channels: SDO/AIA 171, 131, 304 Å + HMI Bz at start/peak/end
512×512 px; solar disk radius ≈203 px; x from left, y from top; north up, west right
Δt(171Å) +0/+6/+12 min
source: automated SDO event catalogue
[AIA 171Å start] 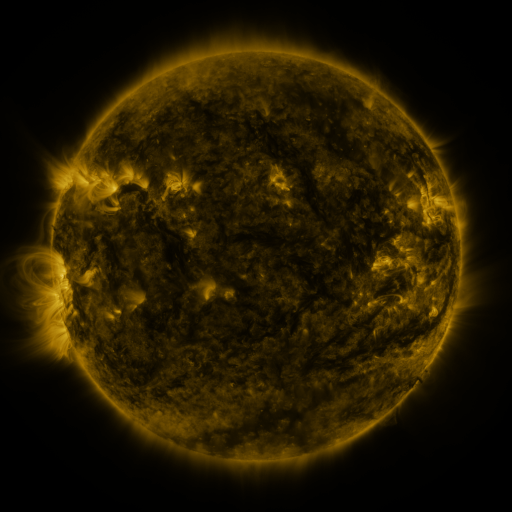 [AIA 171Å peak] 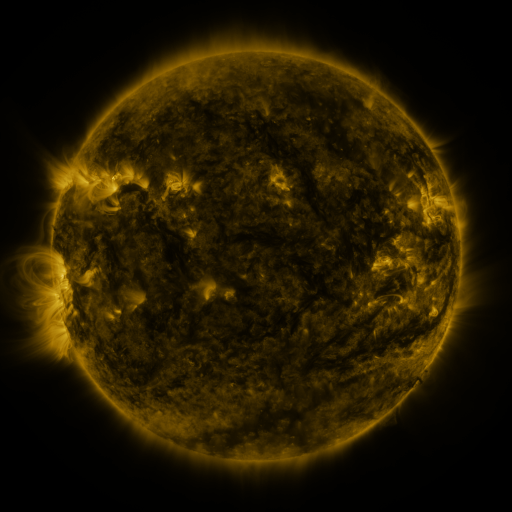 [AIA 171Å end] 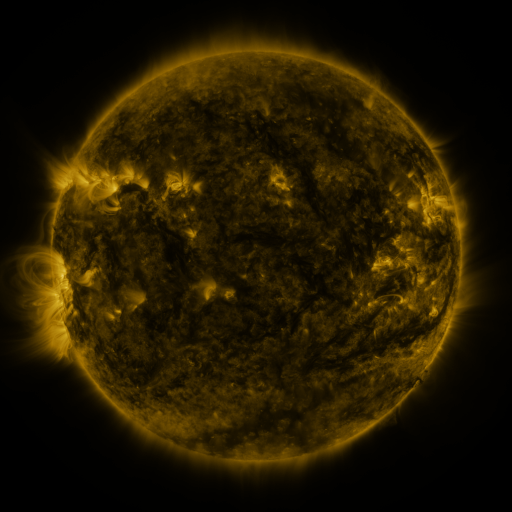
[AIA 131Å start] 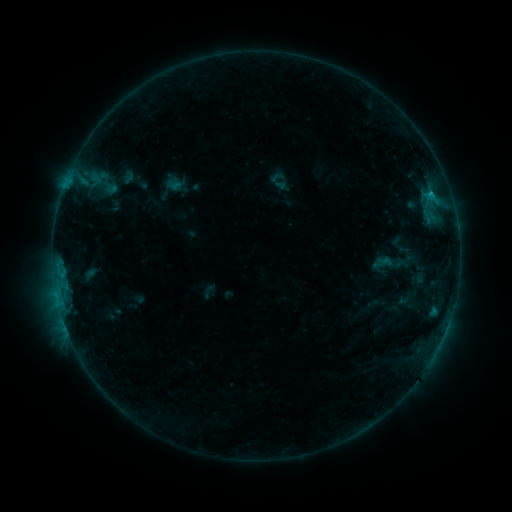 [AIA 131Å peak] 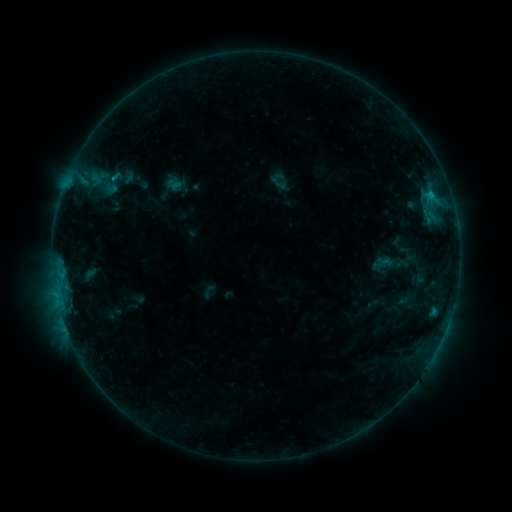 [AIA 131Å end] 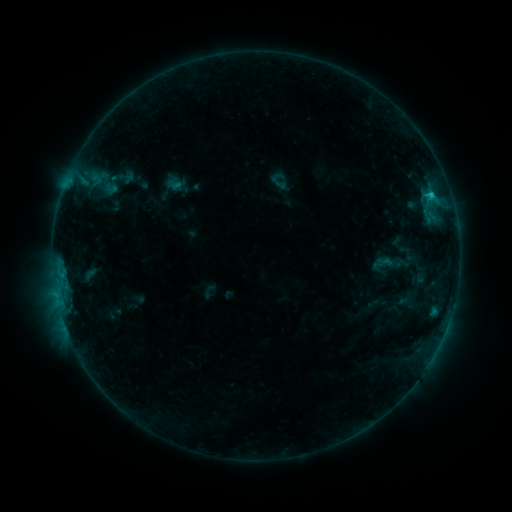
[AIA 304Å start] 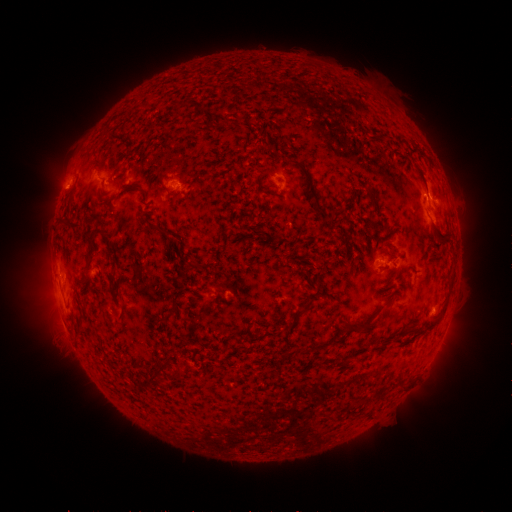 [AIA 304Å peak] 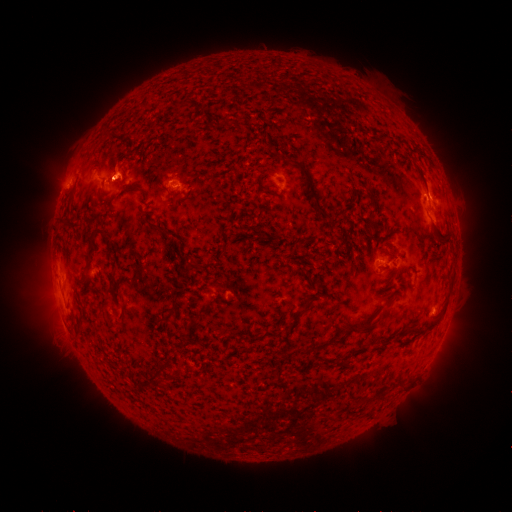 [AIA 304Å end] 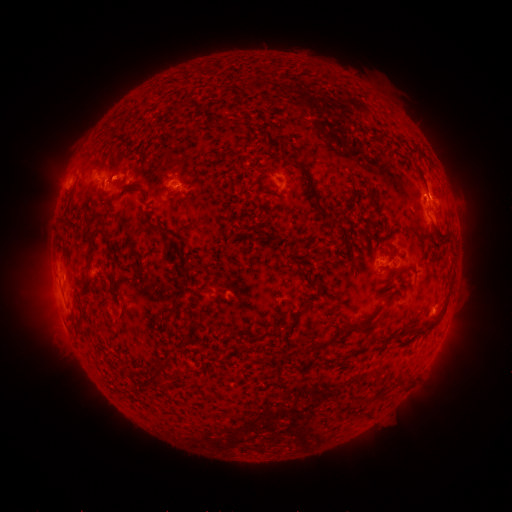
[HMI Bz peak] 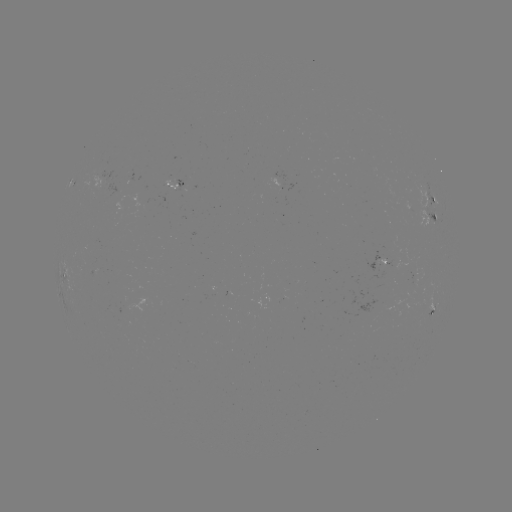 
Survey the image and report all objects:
eruption: (117, 175)
